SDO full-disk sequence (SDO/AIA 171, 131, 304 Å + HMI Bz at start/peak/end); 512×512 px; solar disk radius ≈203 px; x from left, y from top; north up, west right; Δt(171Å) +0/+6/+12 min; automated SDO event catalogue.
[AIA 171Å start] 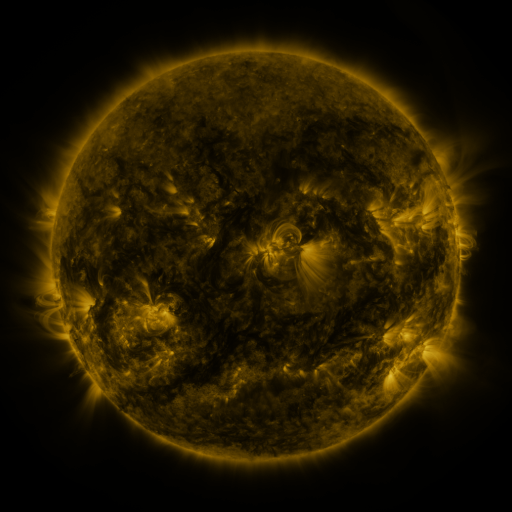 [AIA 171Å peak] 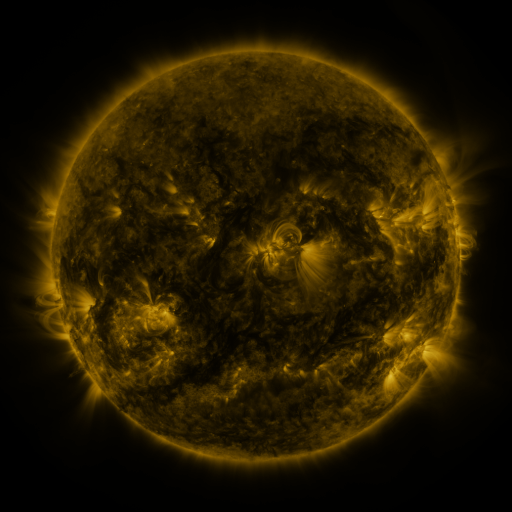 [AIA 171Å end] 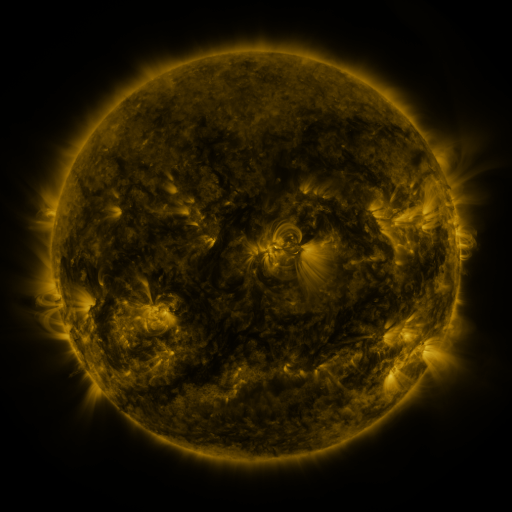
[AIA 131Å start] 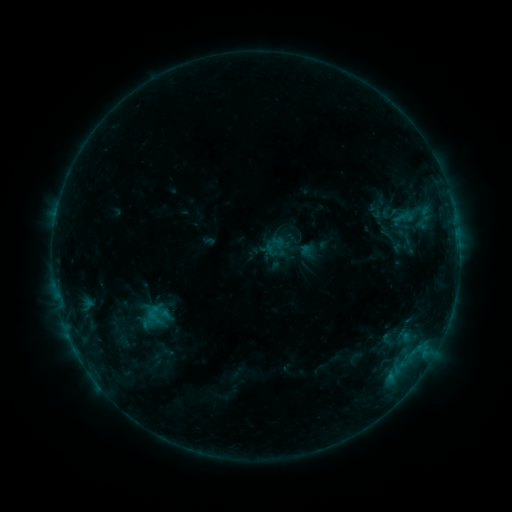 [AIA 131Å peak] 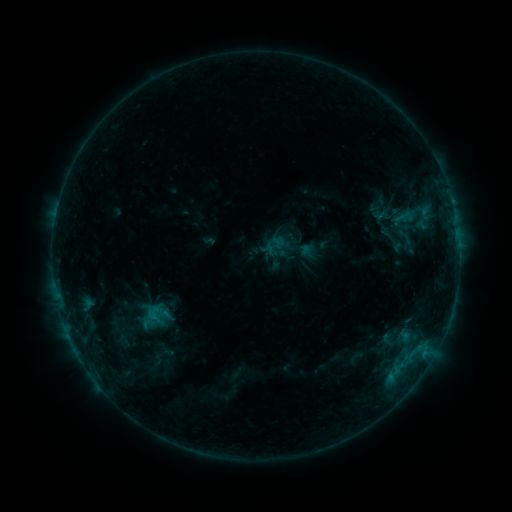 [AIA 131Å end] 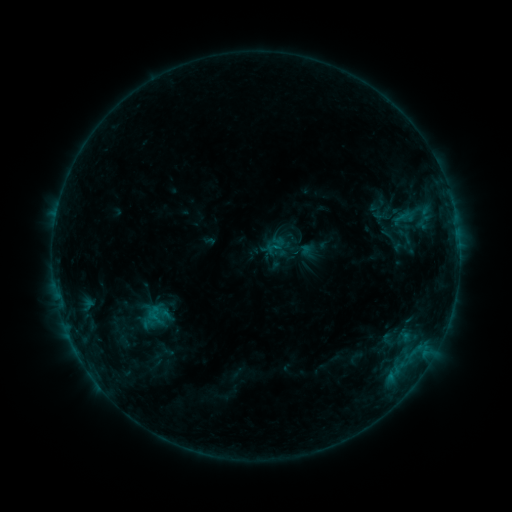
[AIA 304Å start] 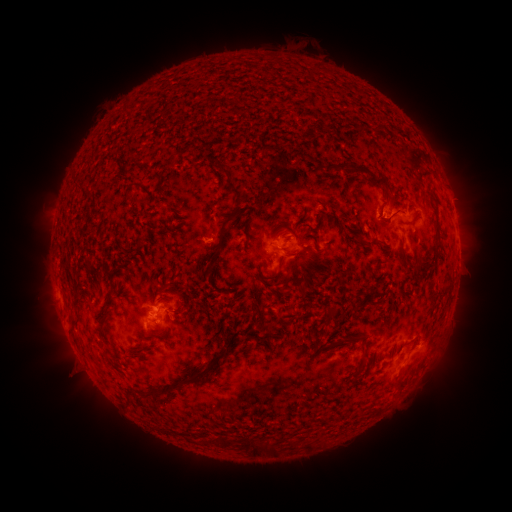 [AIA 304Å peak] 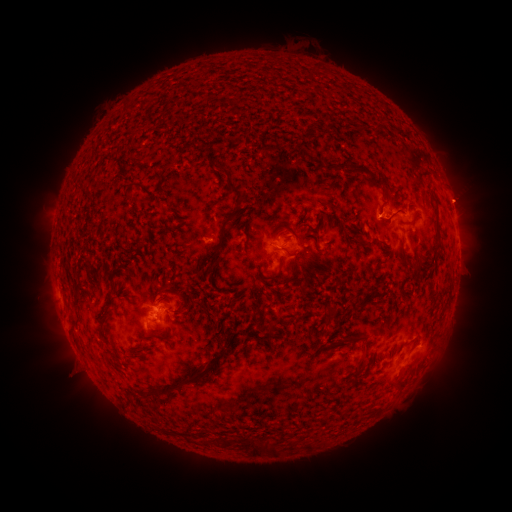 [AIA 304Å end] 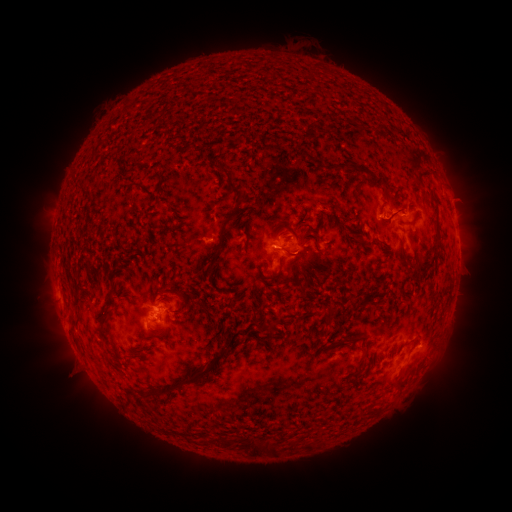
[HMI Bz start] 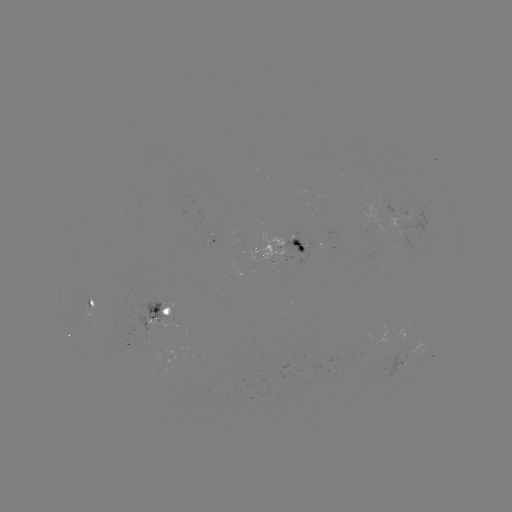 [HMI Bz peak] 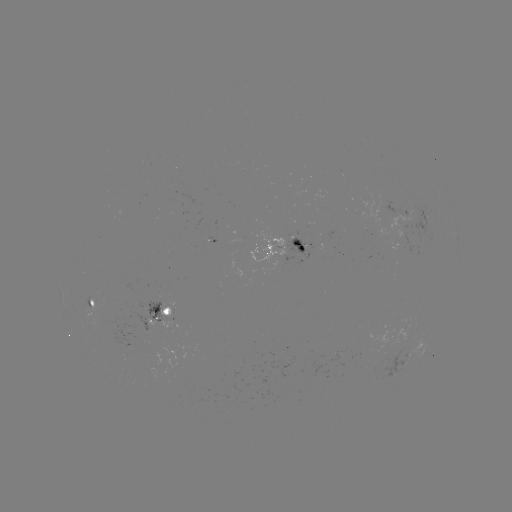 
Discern eruption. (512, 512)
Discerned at [465, 199].